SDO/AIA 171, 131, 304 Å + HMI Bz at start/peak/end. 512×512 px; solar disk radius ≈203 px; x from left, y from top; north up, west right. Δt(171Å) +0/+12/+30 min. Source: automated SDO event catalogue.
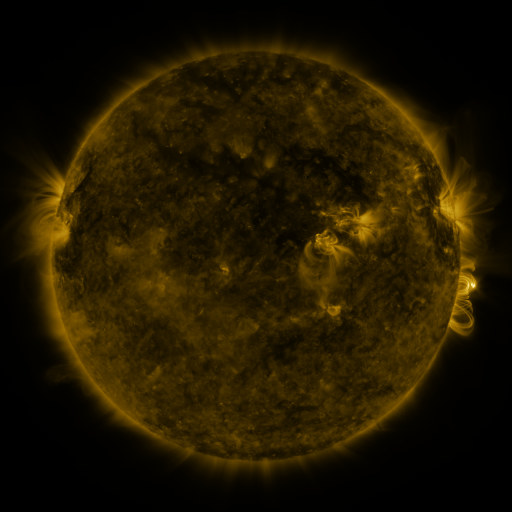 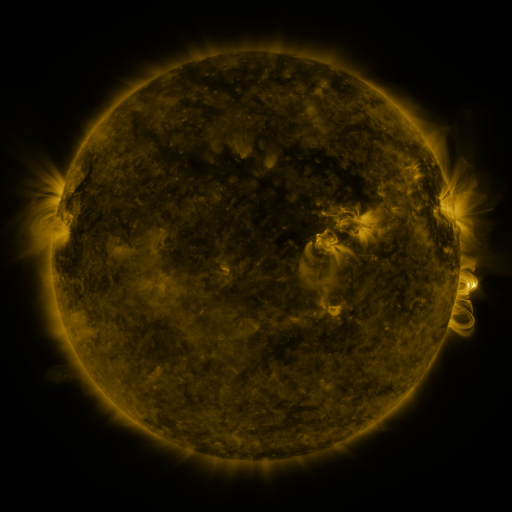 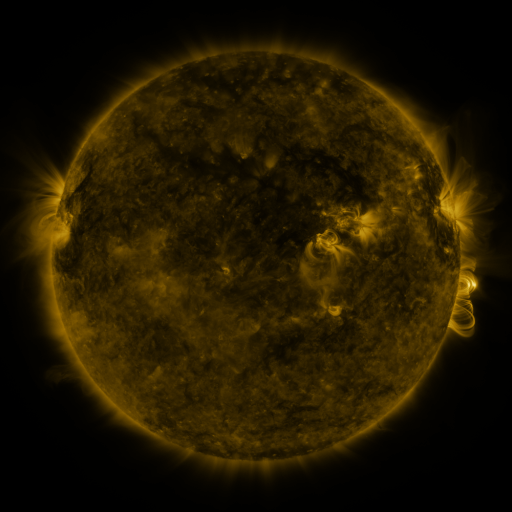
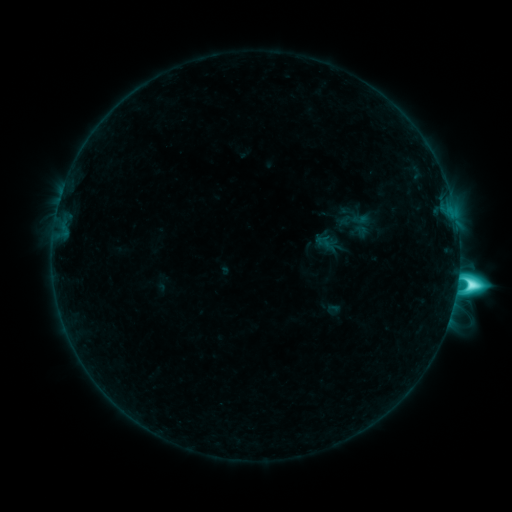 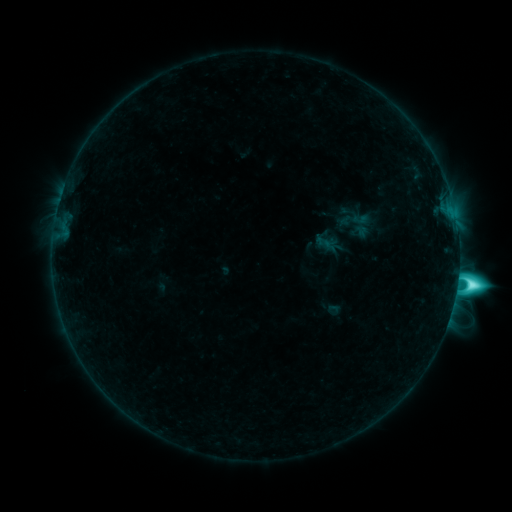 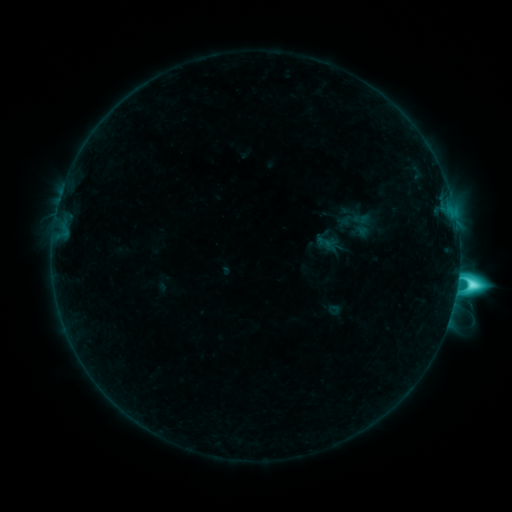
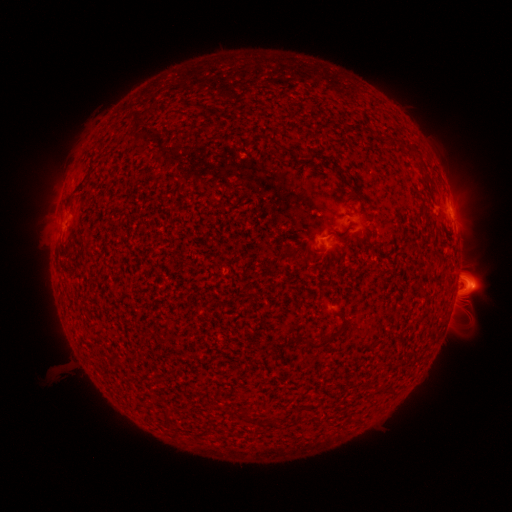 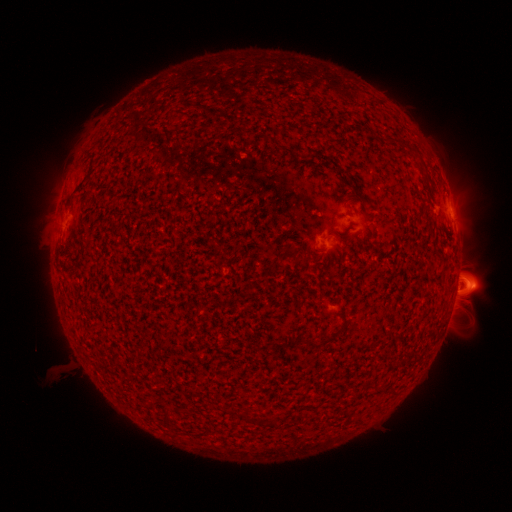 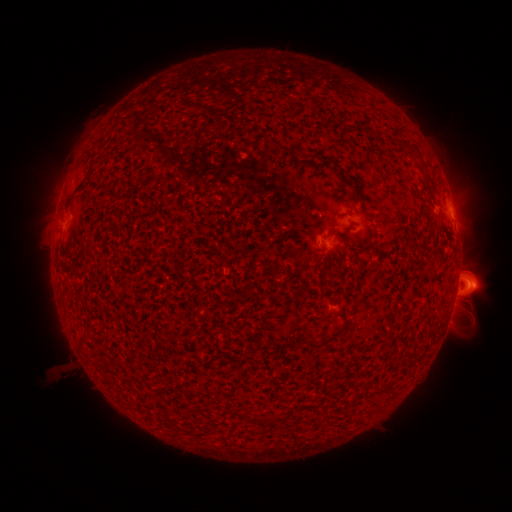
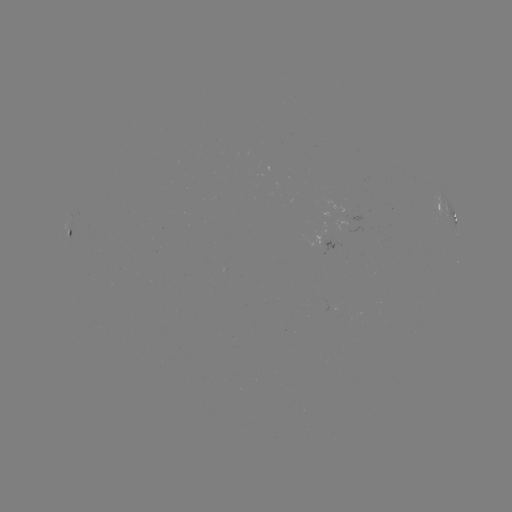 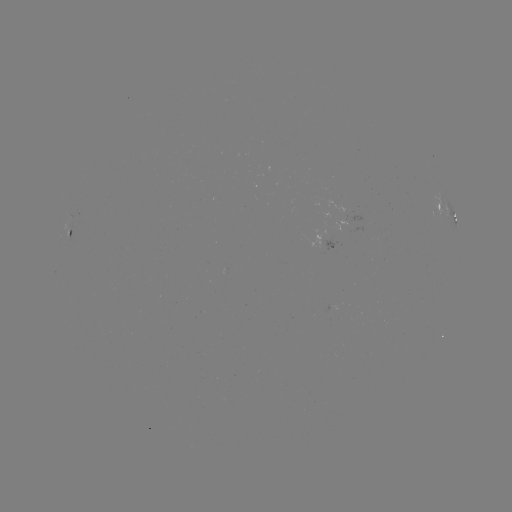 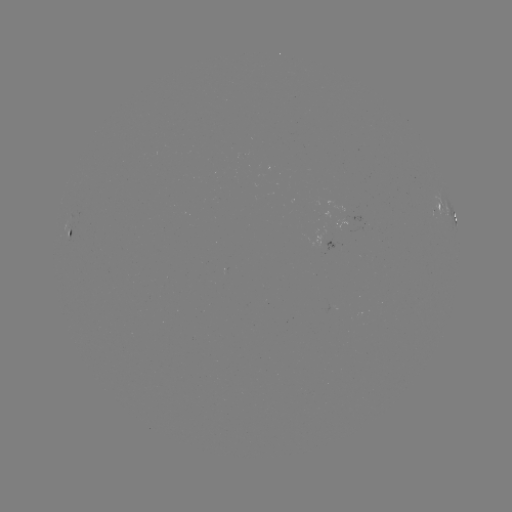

no flare in any classed list; no EUV-trigger detection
